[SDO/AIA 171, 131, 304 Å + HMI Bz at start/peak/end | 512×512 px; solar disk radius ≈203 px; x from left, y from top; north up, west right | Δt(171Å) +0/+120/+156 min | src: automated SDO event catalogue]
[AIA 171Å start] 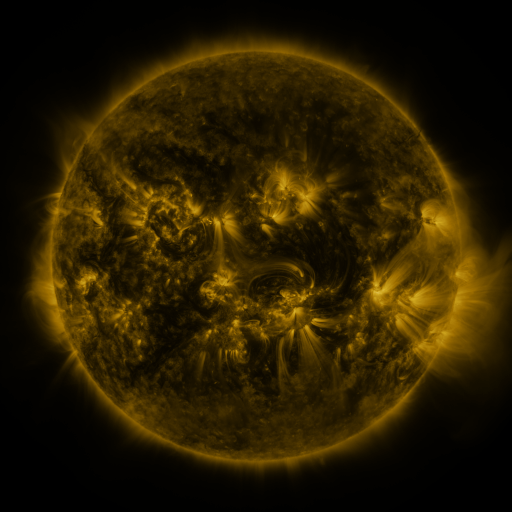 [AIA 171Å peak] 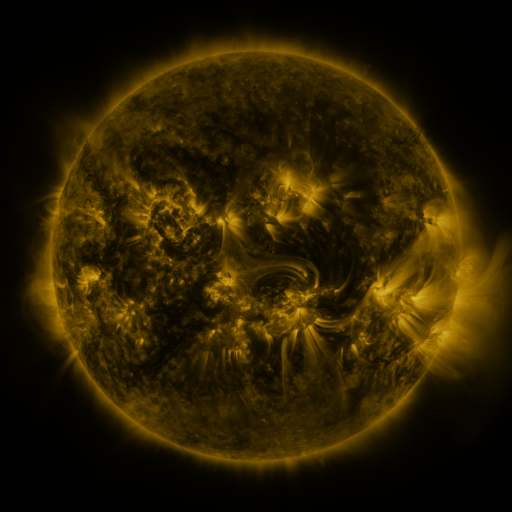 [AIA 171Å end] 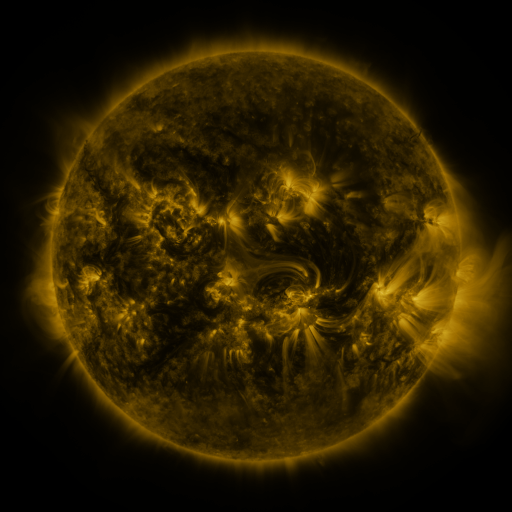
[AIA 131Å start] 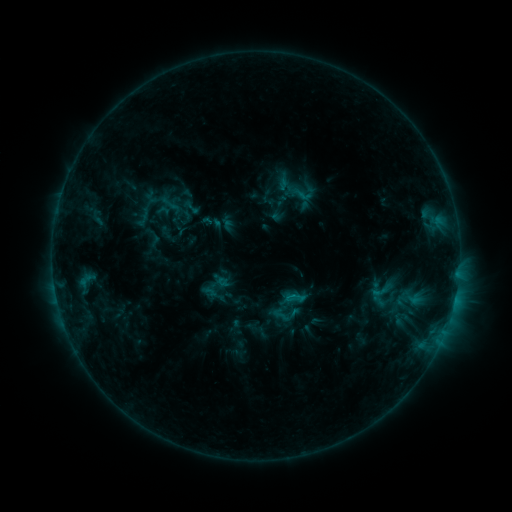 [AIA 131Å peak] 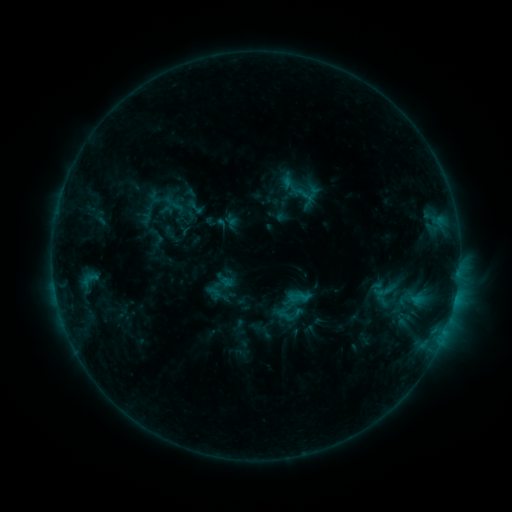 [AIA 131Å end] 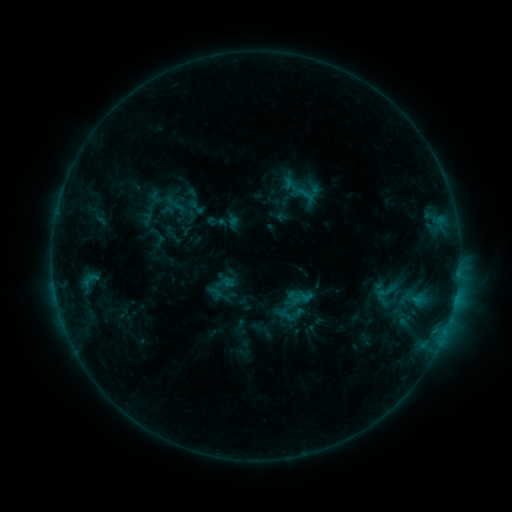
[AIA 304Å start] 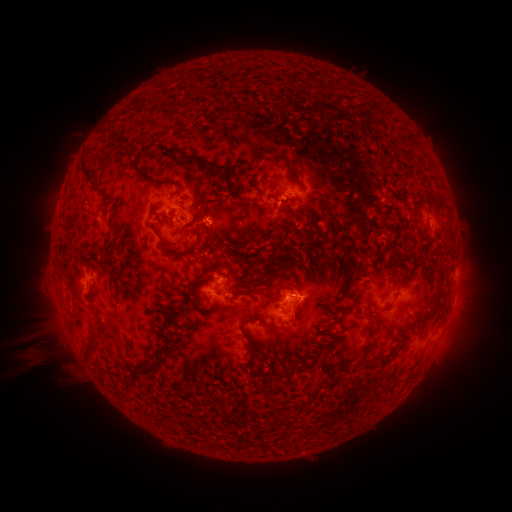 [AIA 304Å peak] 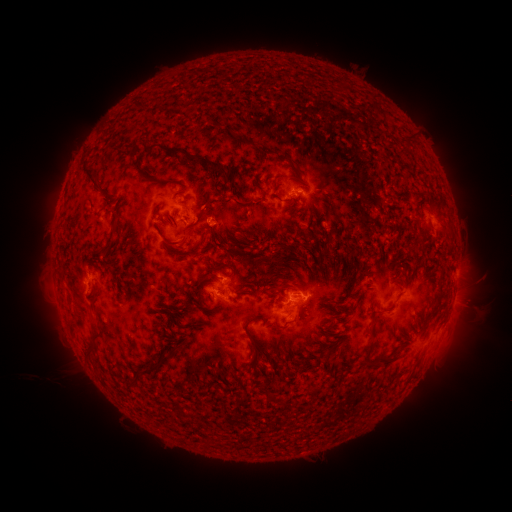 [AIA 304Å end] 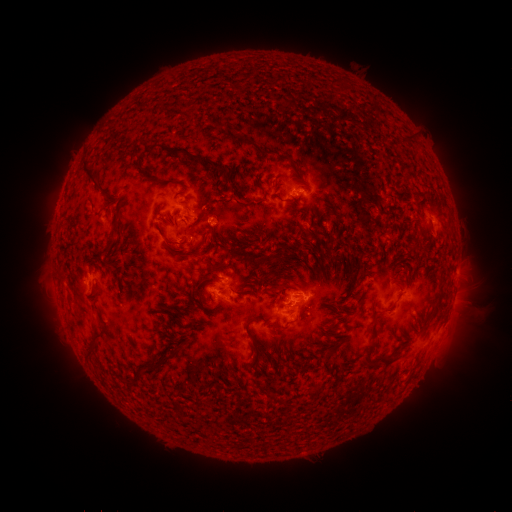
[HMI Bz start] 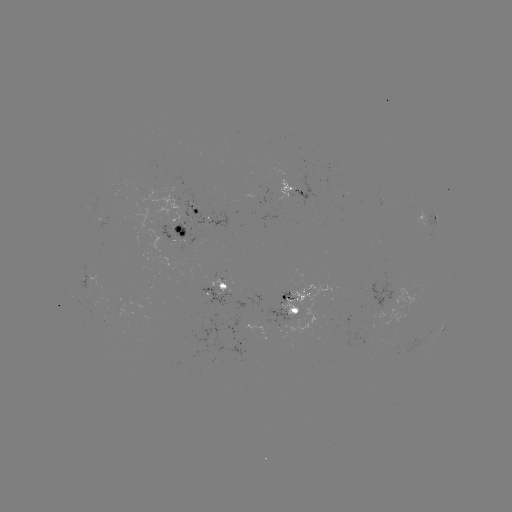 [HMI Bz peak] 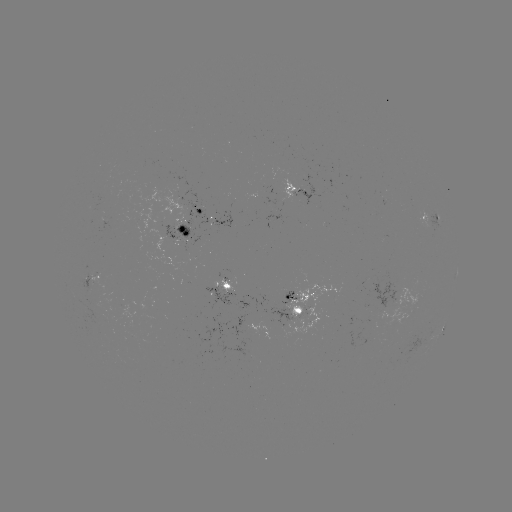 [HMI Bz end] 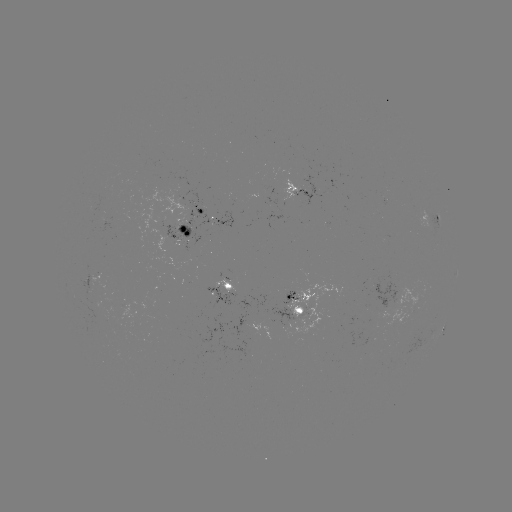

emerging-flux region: <bbox>282, 285, 335, 340</bbox>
